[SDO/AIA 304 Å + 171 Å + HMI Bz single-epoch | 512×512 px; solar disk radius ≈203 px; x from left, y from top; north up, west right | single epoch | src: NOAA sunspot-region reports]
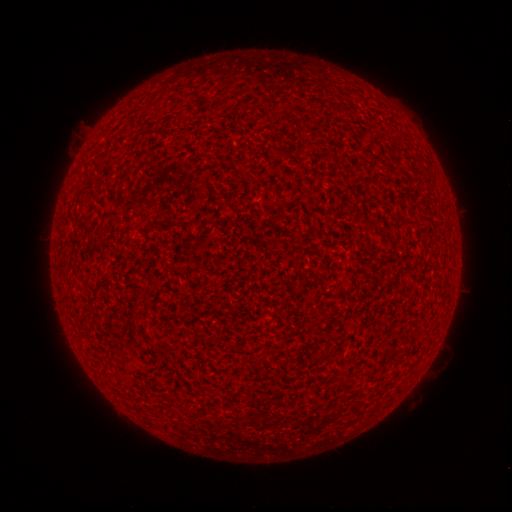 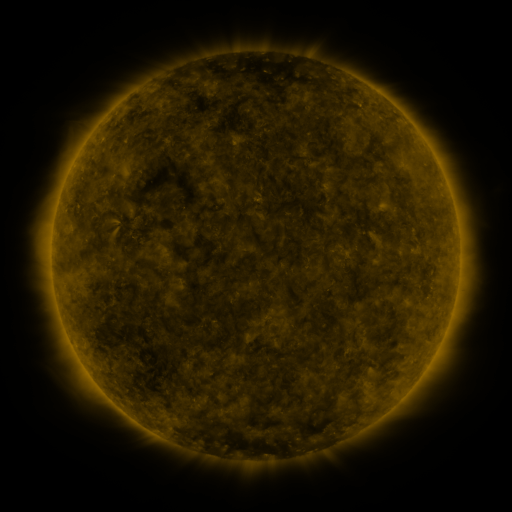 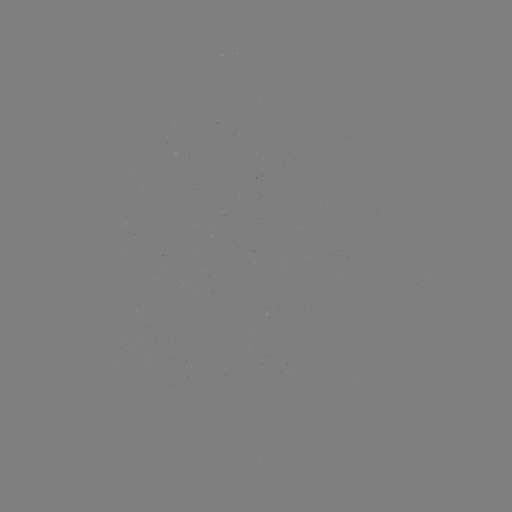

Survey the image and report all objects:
(none)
